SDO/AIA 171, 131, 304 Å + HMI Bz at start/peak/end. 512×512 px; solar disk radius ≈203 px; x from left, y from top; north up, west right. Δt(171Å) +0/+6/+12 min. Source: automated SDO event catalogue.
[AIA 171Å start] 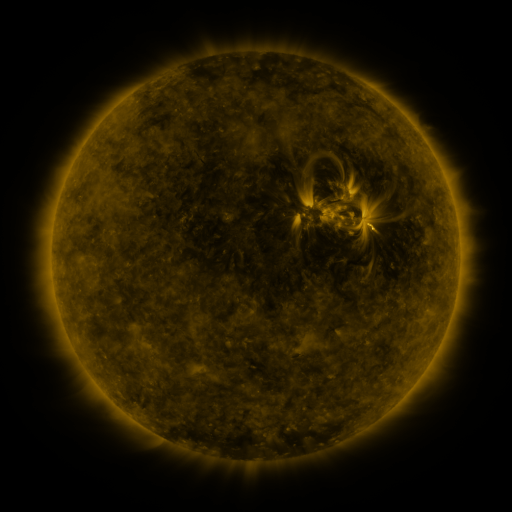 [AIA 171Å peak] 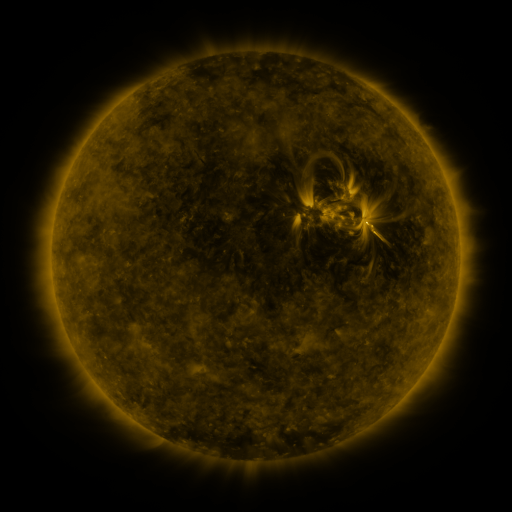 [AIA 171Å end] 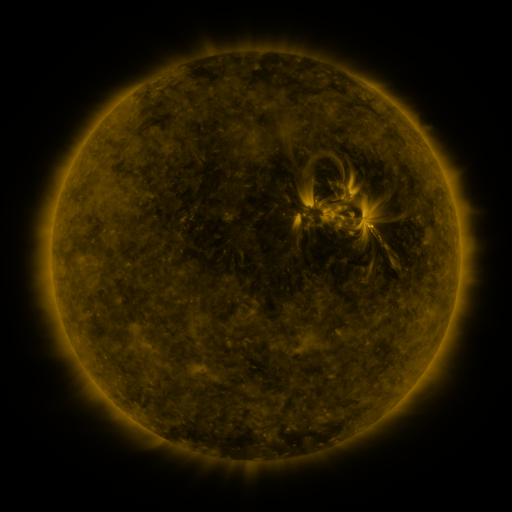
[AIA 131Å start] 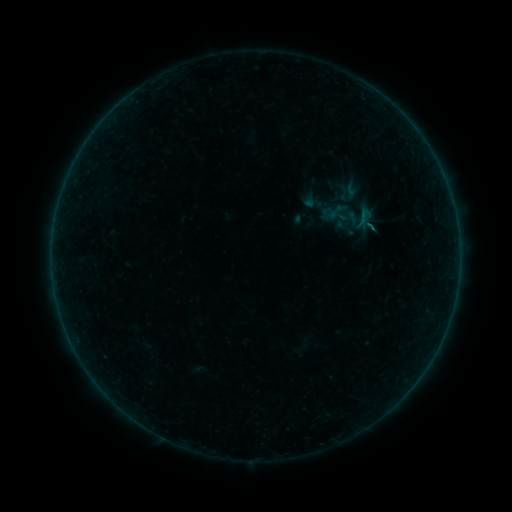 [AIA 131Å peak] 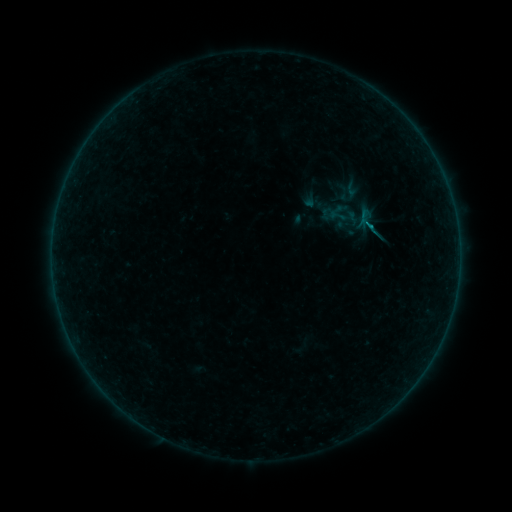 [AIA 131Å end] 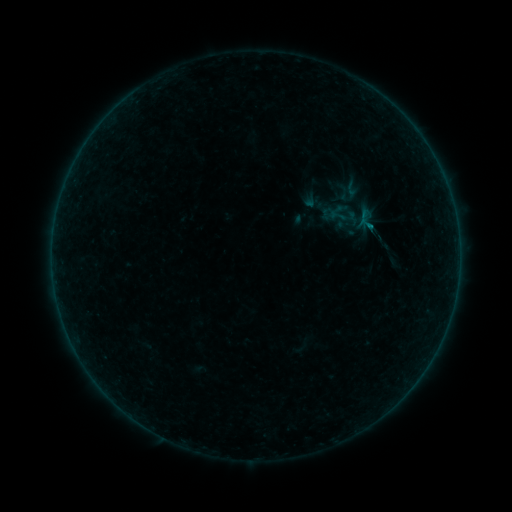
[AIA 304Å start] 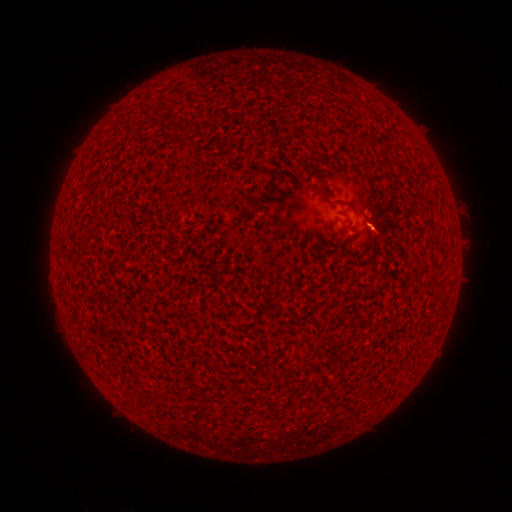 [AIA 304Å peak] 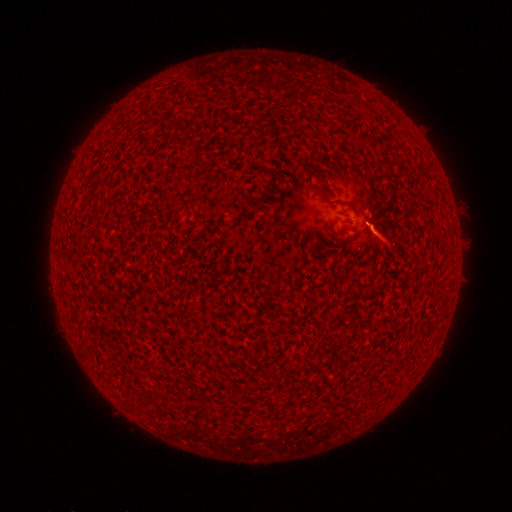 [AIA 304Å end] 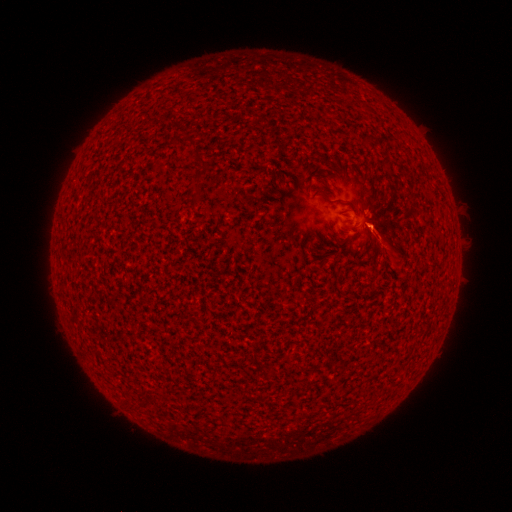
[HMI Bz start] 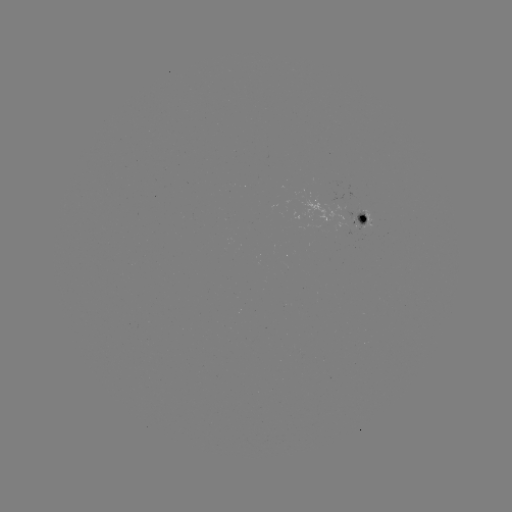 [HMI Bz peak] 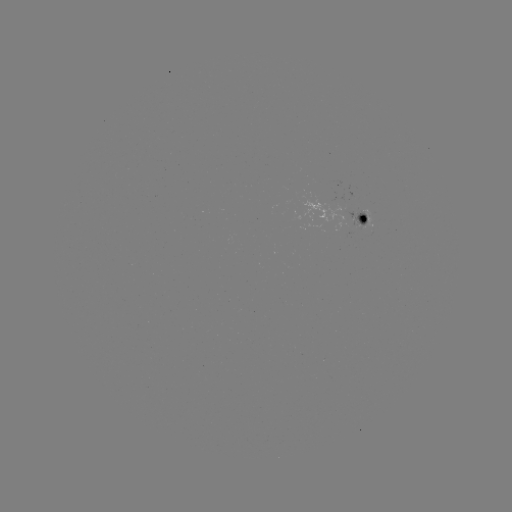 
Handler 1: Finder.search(B3.3 flare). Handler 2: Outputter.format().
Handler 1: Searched B3.3 flare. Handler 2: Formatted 369,228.